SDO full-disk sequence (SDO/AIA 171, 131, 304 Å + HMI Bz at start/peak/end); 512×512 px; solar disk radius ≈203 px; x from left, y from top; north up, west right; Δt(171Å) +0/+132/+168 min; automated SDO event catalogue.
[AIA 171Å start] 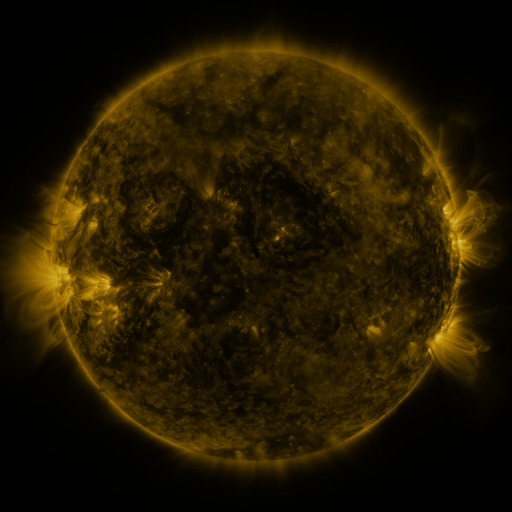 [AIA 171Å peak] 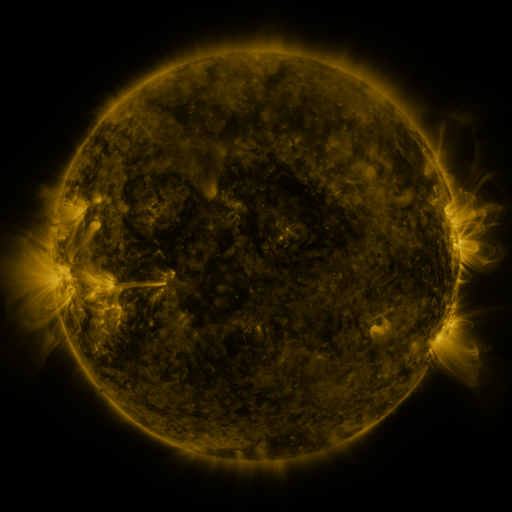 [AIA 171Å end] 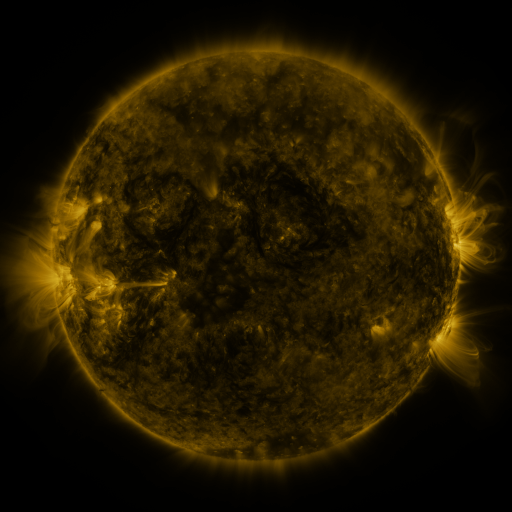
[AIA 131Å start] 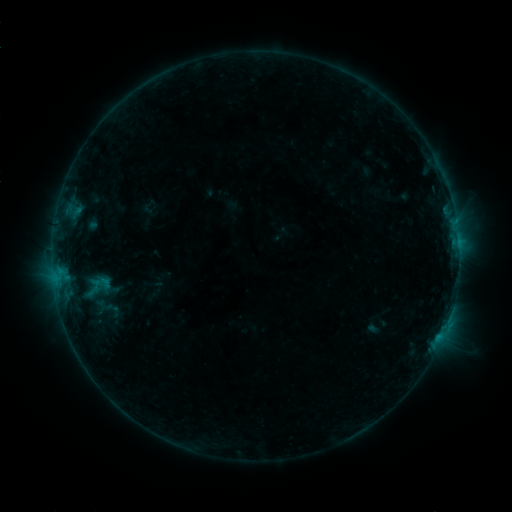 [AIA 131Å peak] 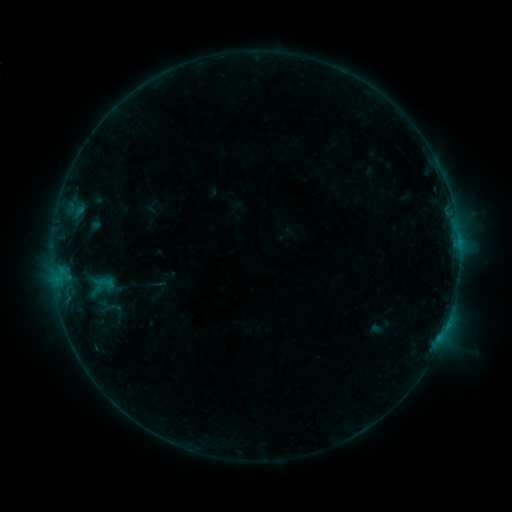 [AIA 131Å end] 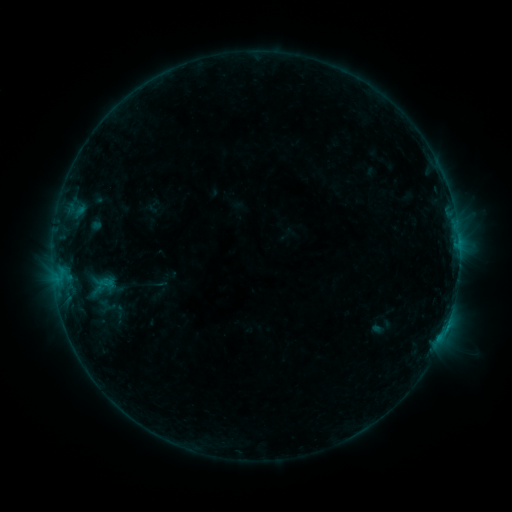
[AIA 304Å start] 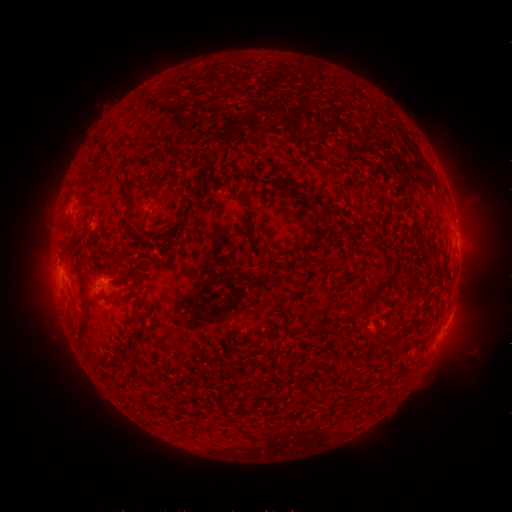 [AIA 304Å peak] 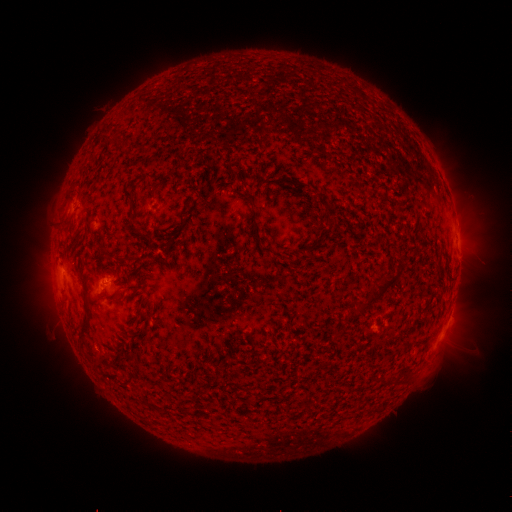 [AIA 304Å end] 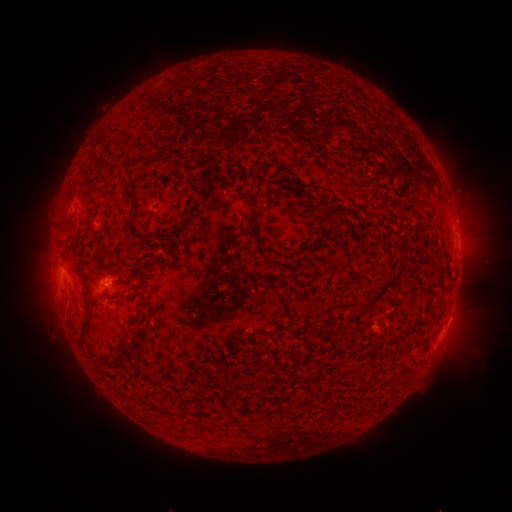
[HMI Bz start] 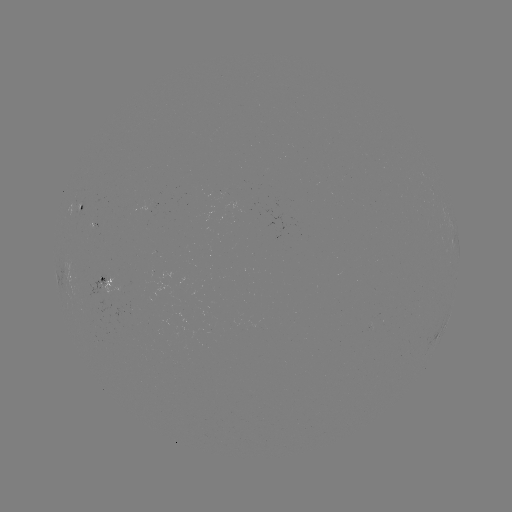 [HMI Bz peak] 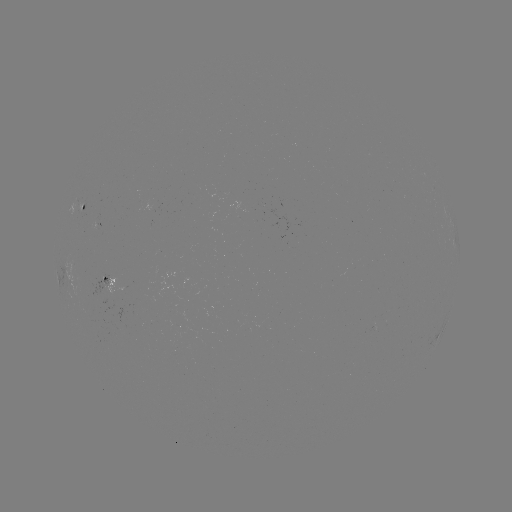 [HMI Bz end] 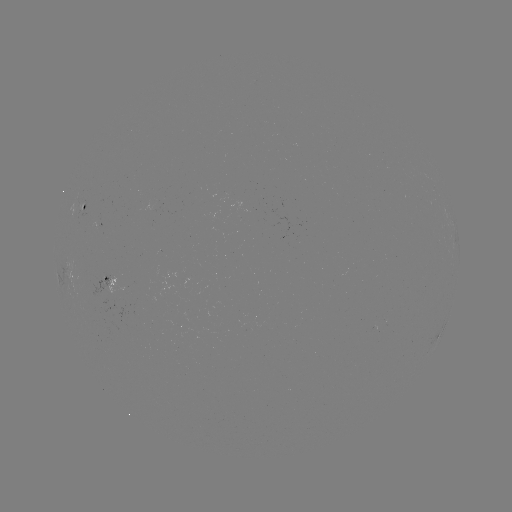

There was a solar emerging-flux region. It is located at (157, 207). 